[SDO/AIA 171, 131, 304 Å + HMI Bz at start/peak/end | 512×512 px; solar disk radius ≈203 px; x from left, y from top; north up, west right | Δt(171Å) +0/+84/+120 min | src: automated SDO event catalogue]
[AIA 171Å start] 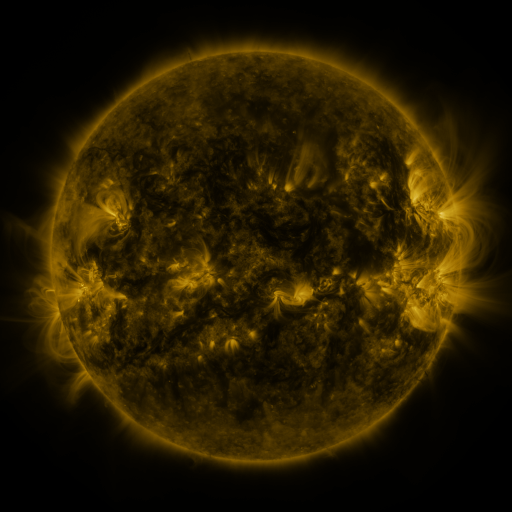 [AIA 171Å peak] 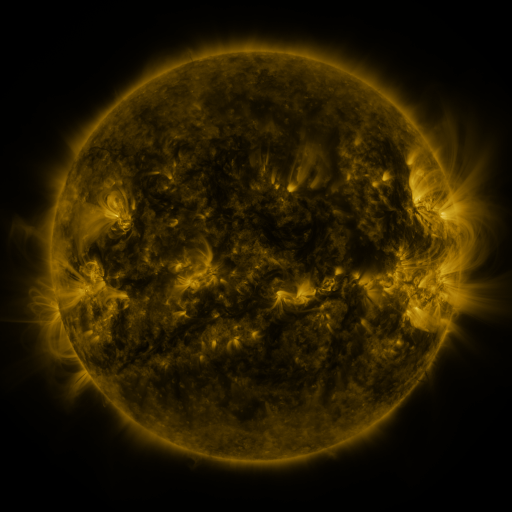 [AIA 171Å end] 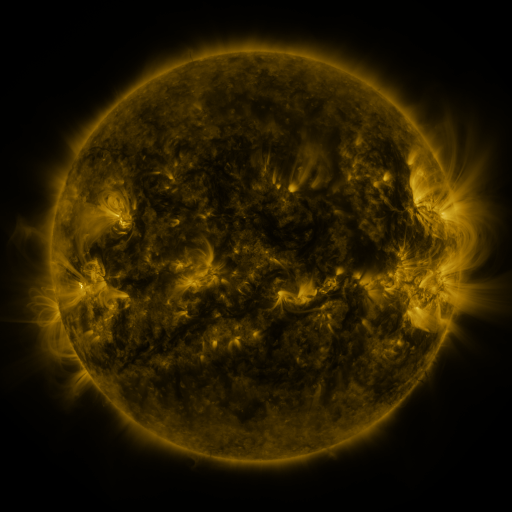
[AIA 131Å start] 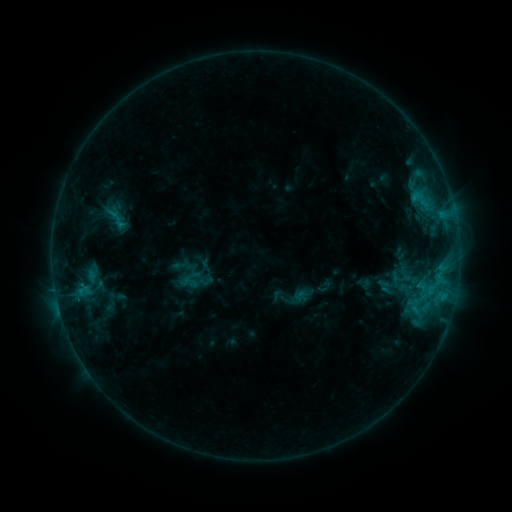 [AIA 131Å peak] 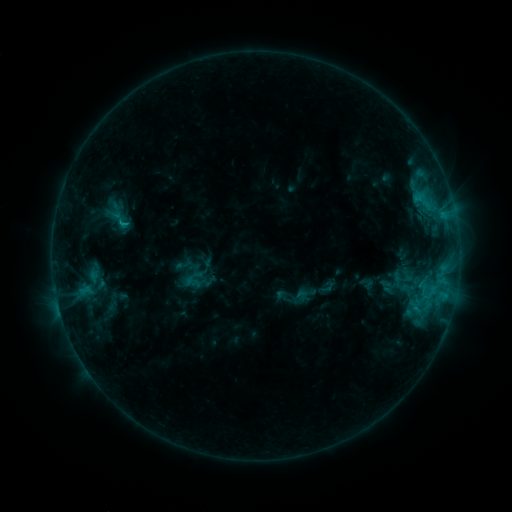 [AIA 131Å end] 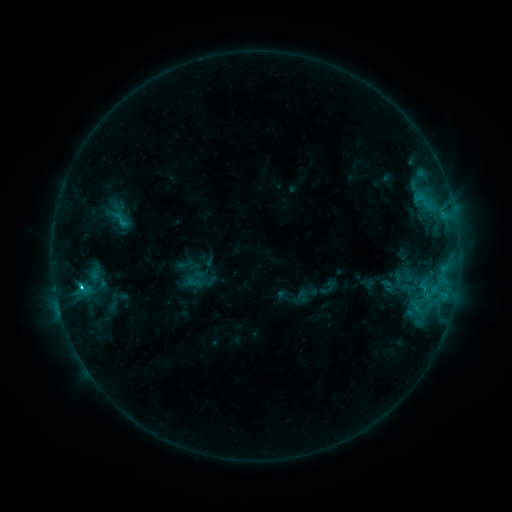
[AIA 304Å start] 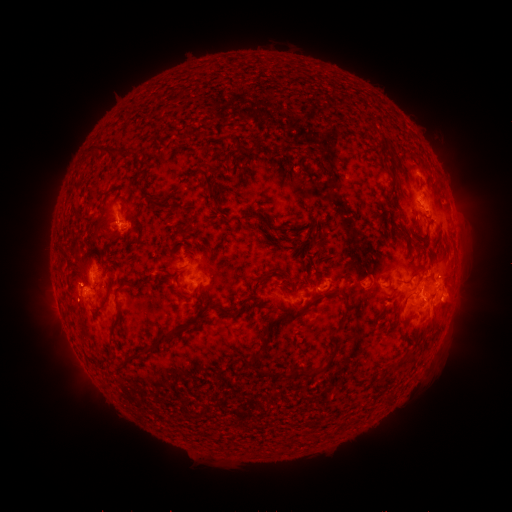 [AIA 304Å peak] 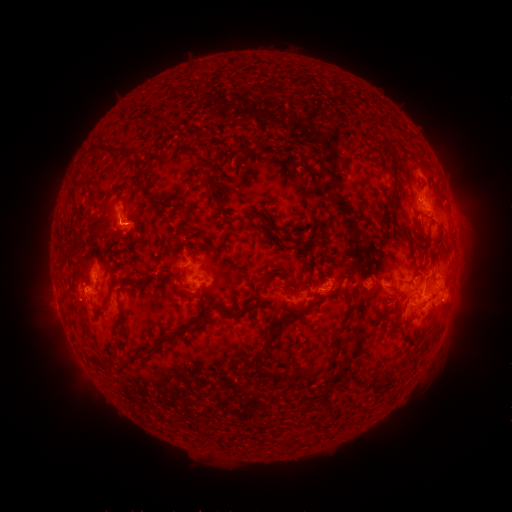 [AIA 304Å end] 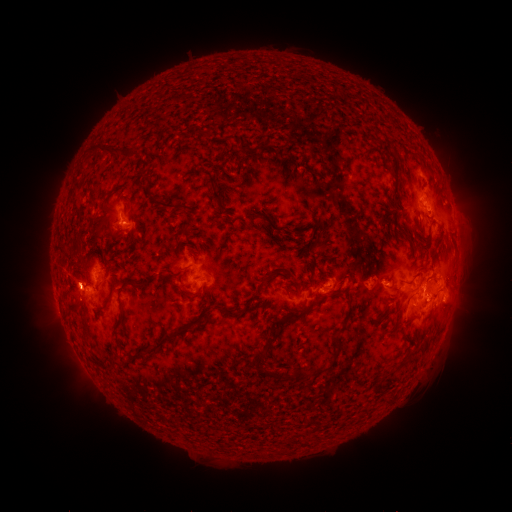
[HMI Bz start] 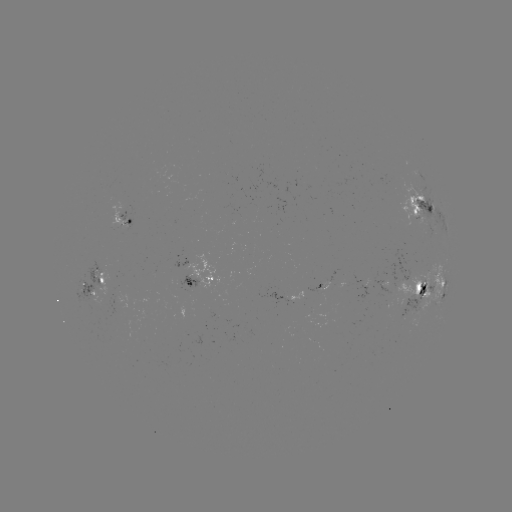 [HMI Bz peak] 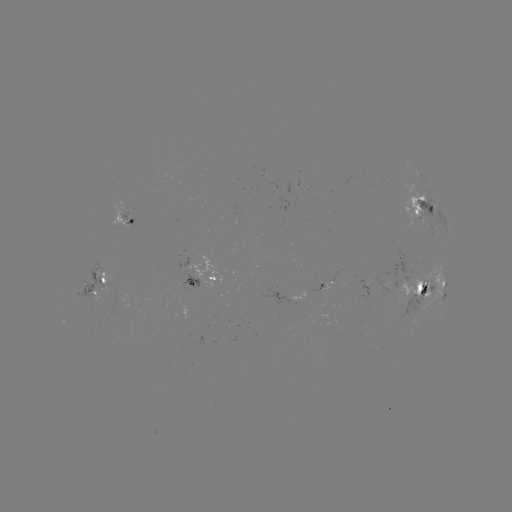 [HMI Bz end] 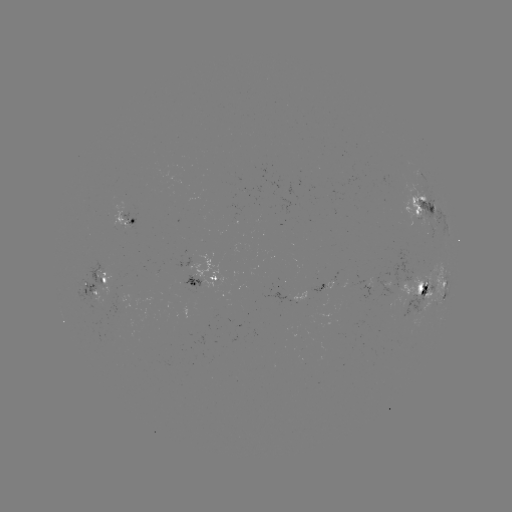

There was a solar emerging-flux region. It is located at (423, 221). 